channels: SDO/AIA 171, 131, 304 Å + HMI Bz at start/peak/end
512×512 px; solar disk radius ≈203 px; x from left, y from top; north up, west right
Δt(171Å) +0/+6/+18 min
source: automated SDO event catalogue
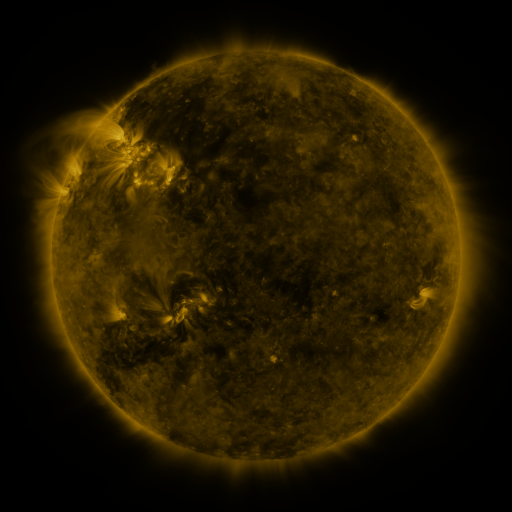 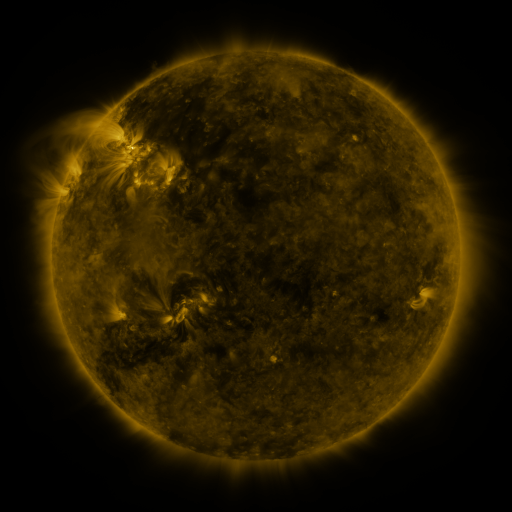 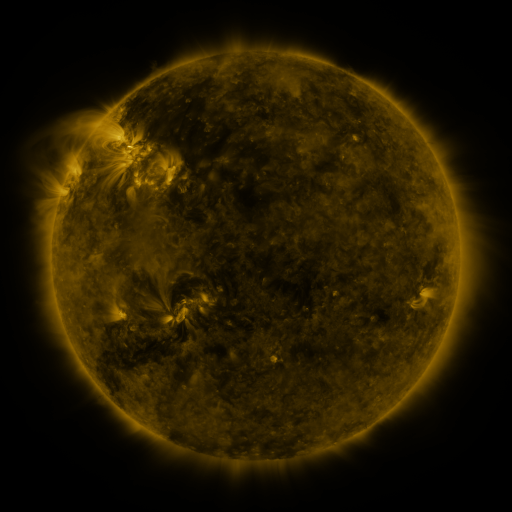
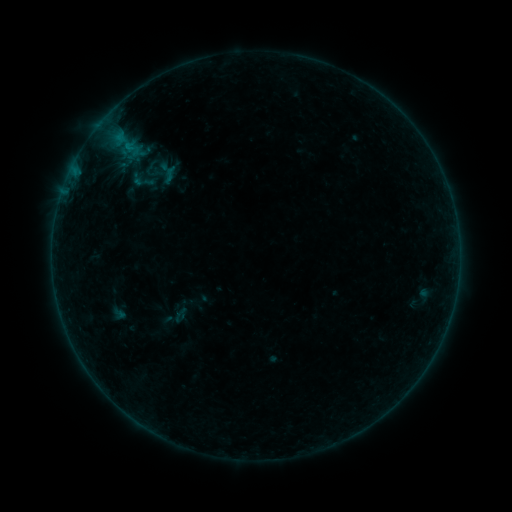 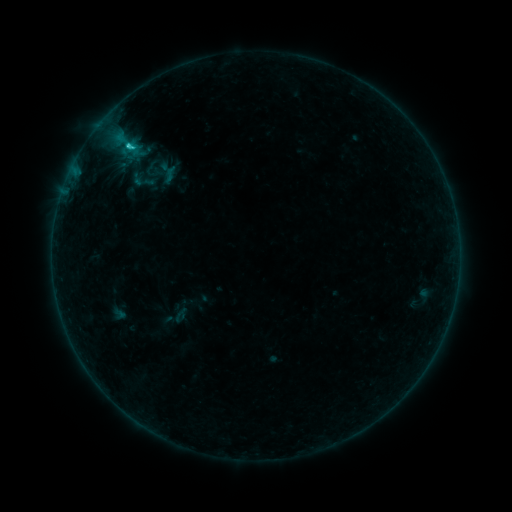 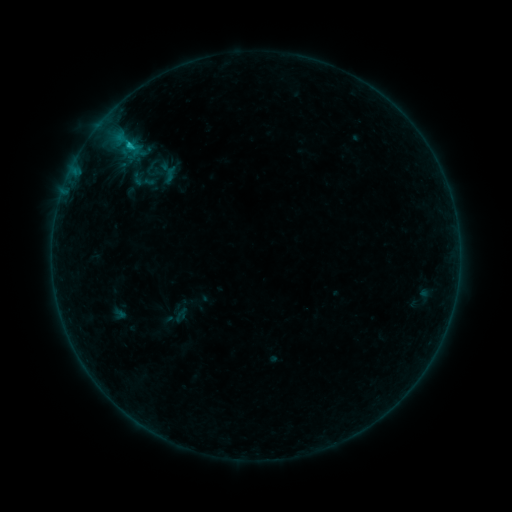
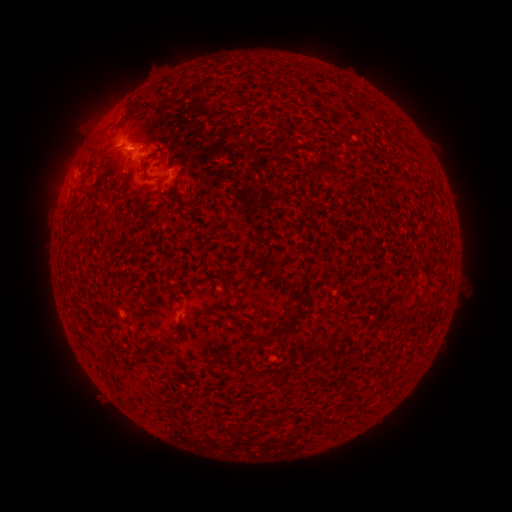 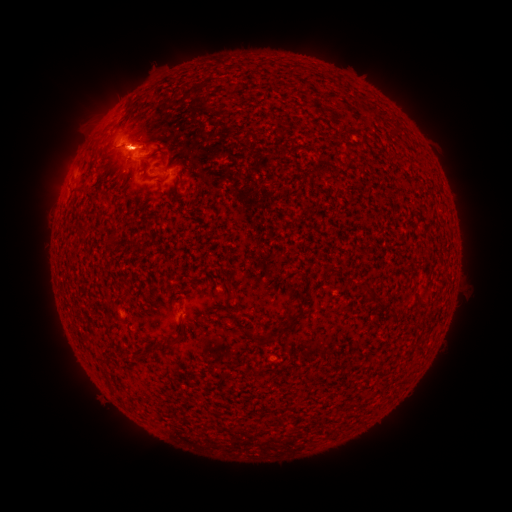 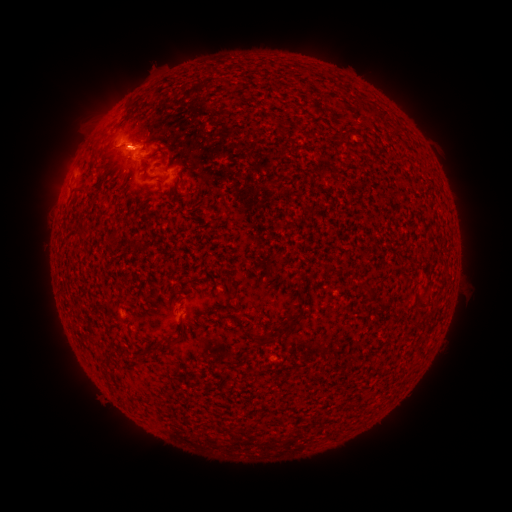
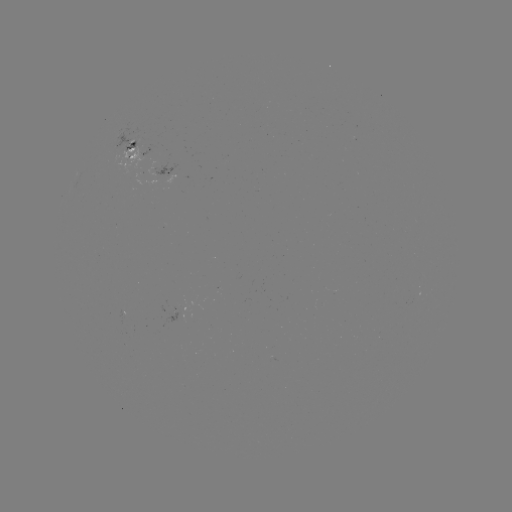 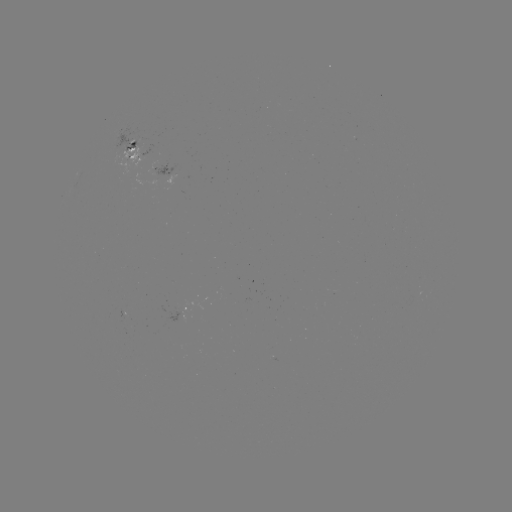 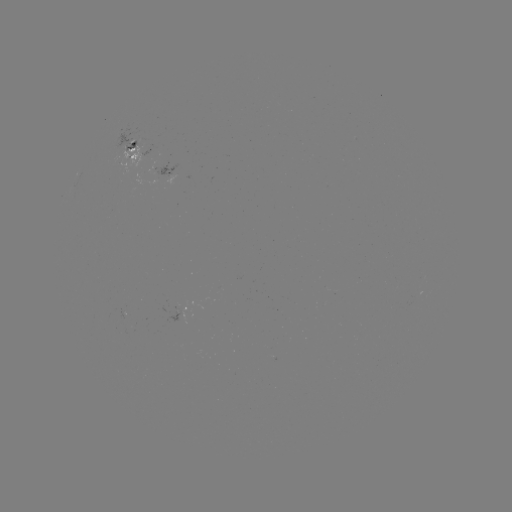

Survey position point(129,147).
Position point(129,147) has C1.2 flare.